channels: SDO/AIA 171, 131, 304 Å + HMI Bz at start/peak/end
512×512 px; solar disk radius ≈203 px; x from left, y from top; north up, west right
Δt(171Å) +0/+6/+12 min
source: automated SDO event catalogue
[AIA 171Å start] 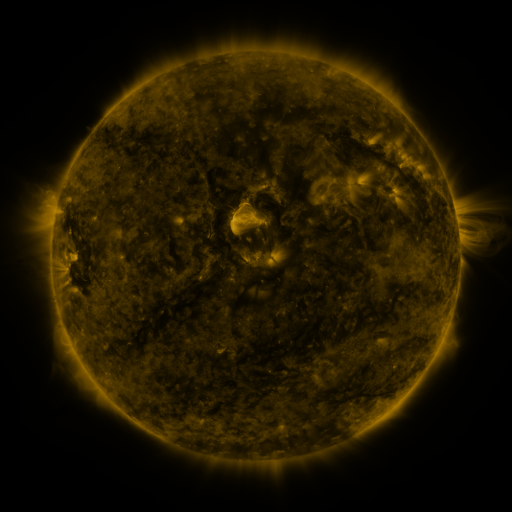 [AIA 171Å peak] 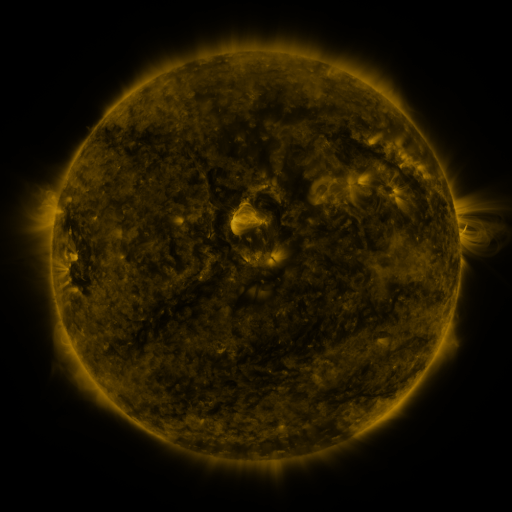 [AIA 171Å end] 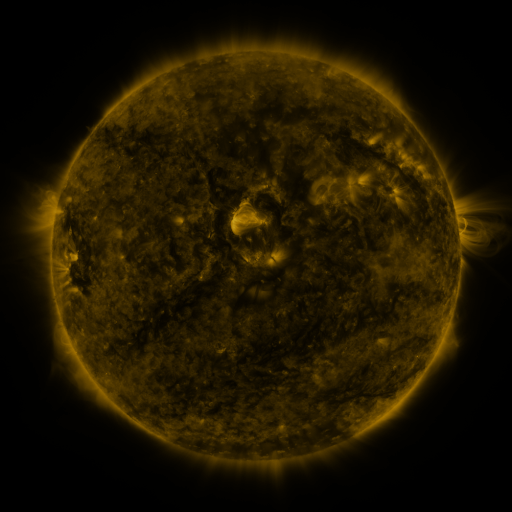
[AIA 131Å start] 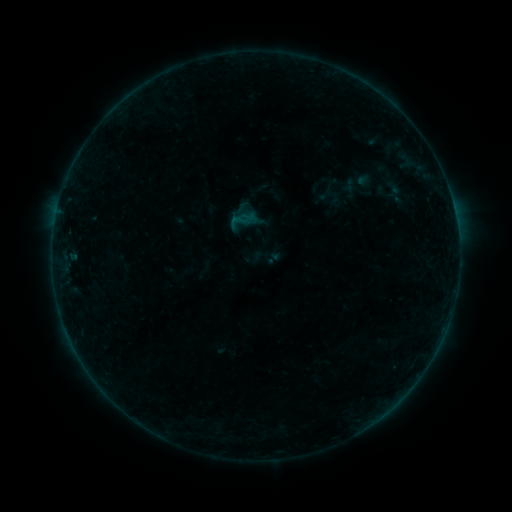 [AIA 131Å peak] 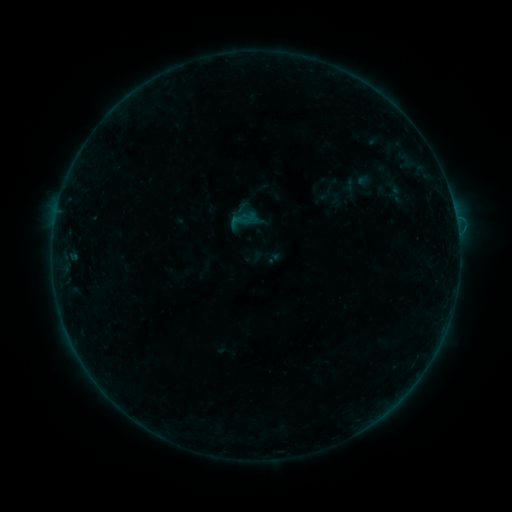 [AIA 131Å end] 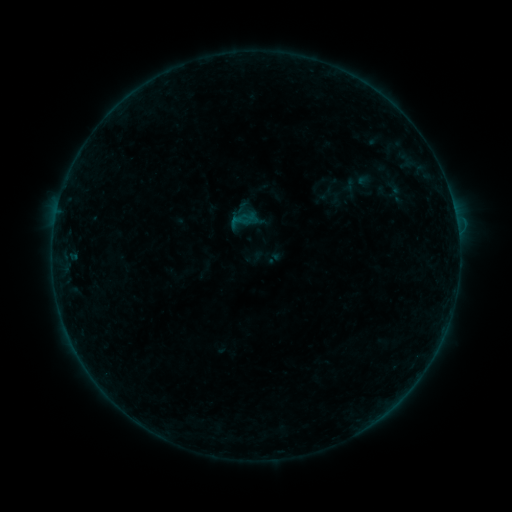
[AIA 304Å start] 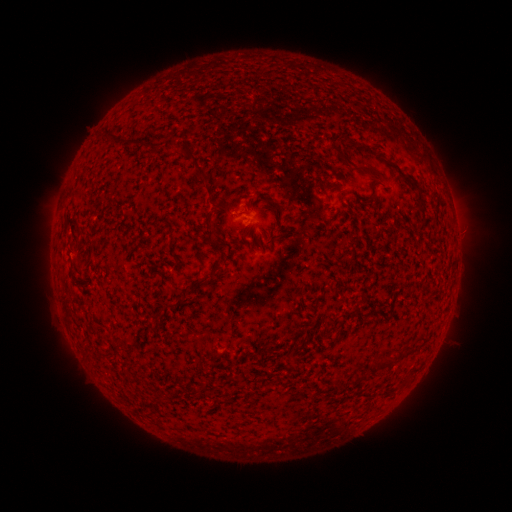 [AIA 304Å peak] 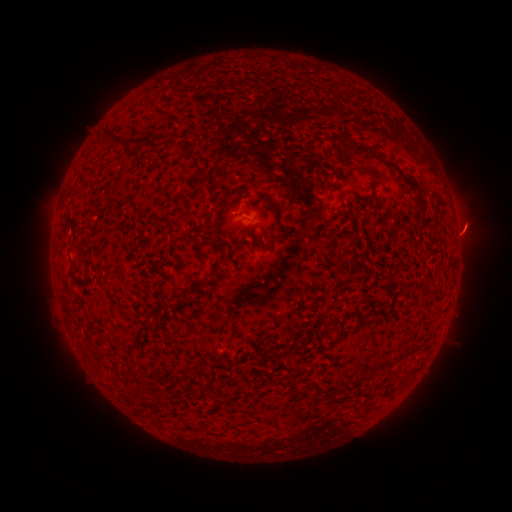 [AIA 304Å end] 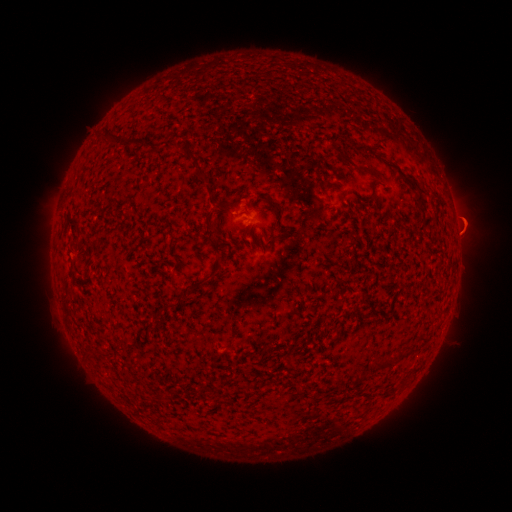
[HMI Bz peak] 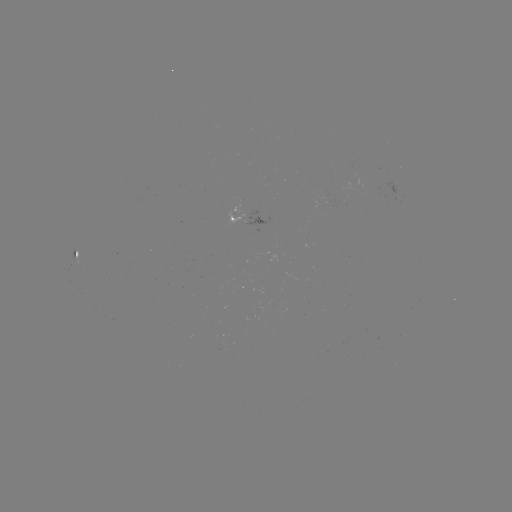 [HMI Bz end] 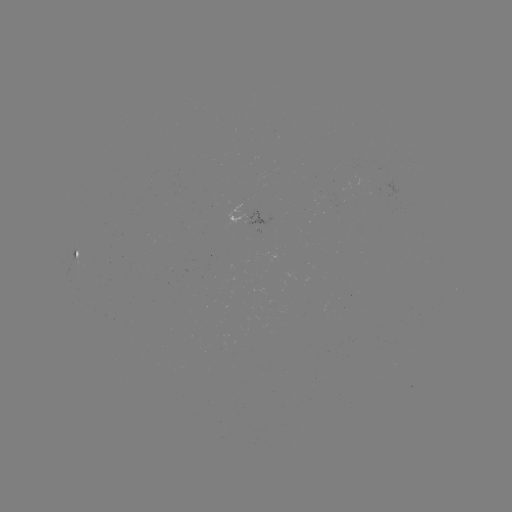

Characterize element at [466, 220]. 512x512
eruption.